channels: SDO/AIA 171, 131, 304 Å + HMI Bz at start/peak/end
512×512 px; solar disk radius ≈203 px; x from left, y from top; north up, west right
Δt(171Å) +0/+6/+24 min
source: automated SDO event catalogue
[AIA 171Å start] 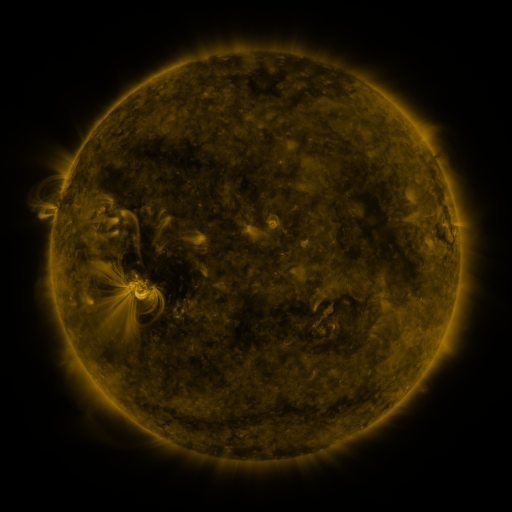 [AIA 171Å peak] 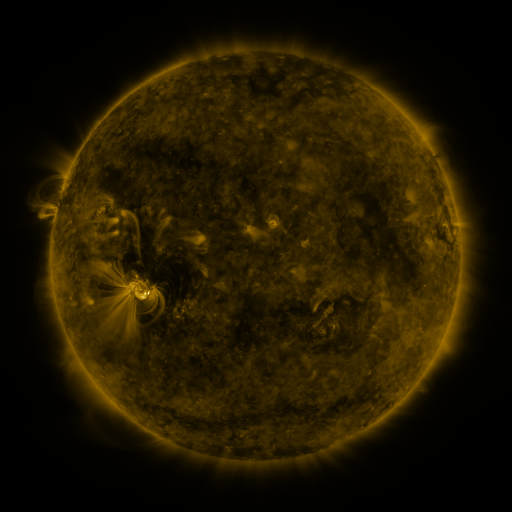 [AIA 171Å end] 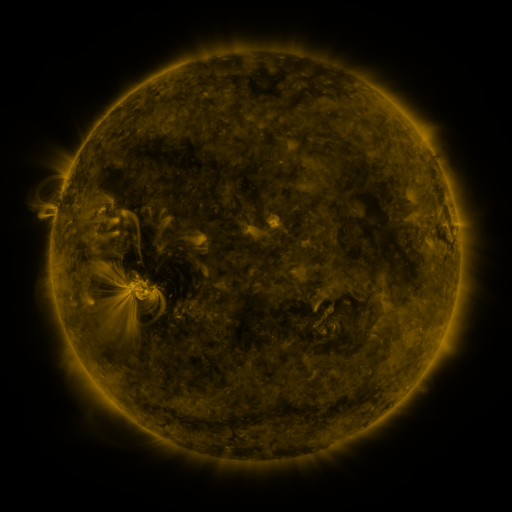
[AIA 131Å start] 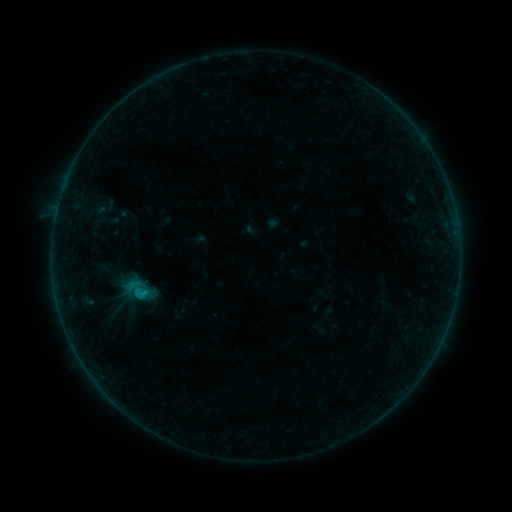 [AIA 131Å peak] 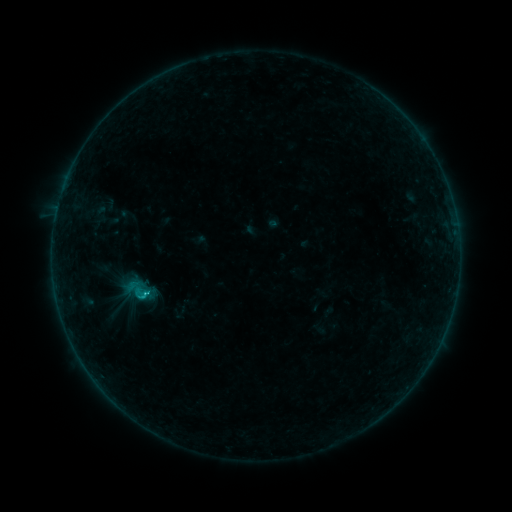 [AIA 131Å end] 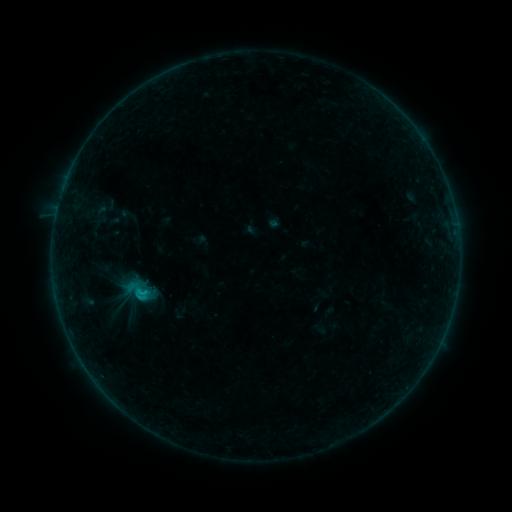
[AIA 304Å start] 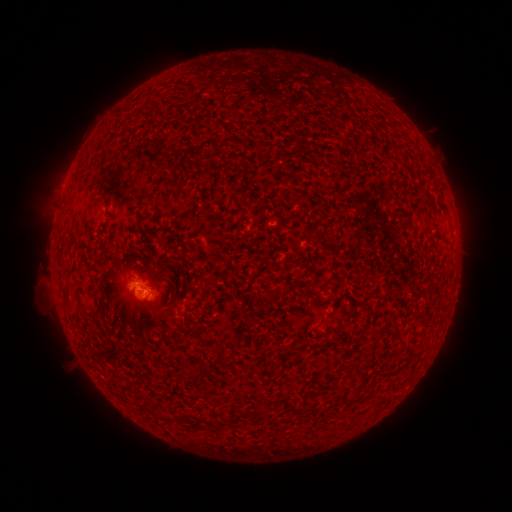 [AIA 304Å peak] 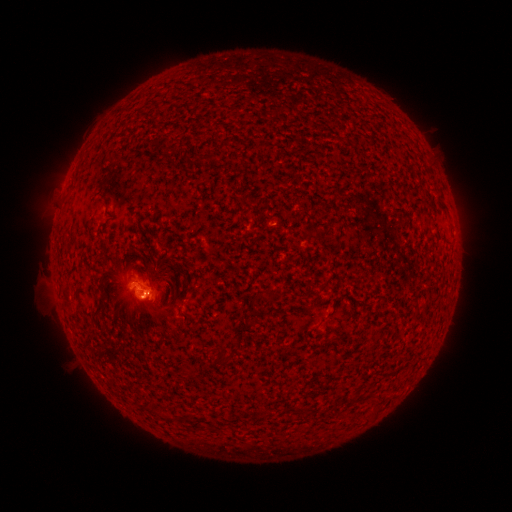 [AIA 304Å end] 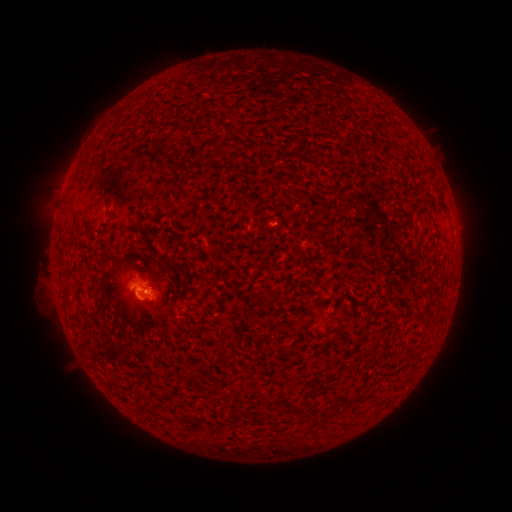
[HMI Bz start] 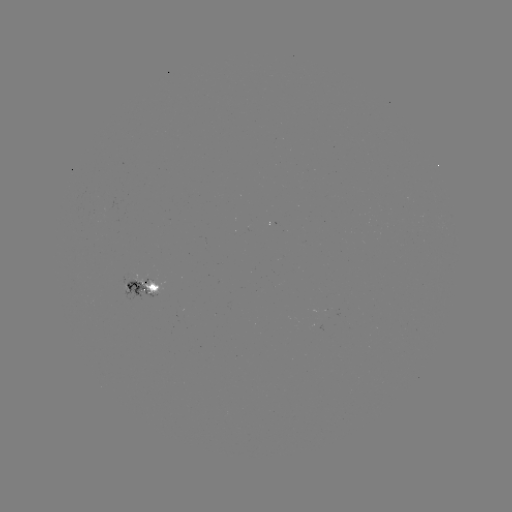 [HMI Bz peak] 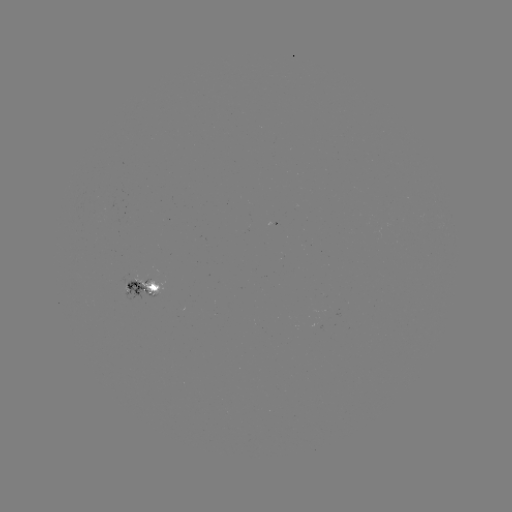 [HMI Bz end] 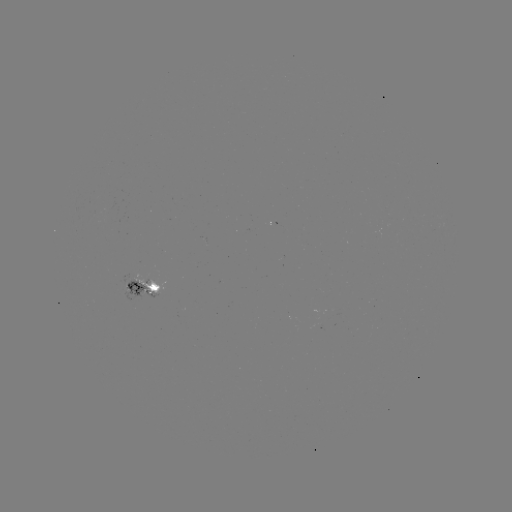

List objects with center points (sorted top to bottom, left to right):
C1.2 flare: (148, 292)
